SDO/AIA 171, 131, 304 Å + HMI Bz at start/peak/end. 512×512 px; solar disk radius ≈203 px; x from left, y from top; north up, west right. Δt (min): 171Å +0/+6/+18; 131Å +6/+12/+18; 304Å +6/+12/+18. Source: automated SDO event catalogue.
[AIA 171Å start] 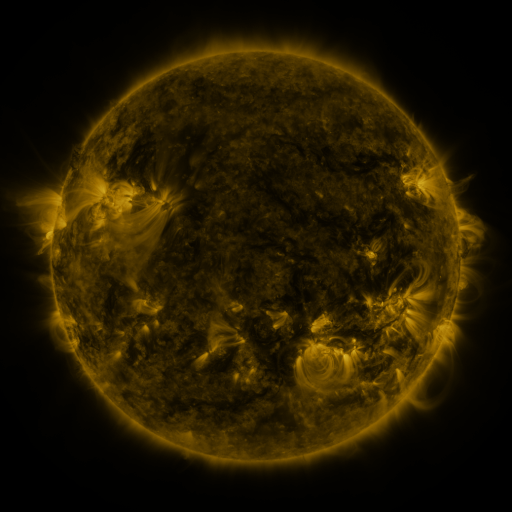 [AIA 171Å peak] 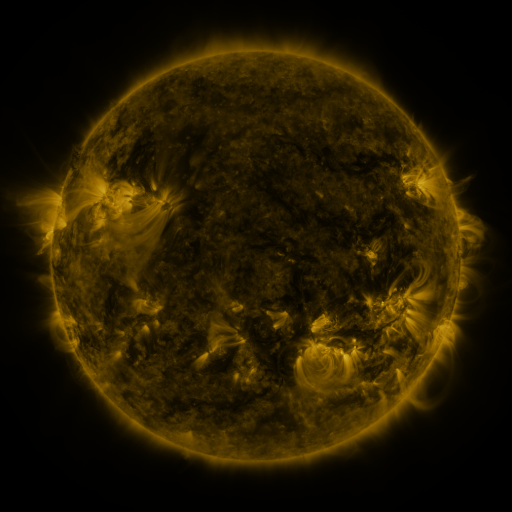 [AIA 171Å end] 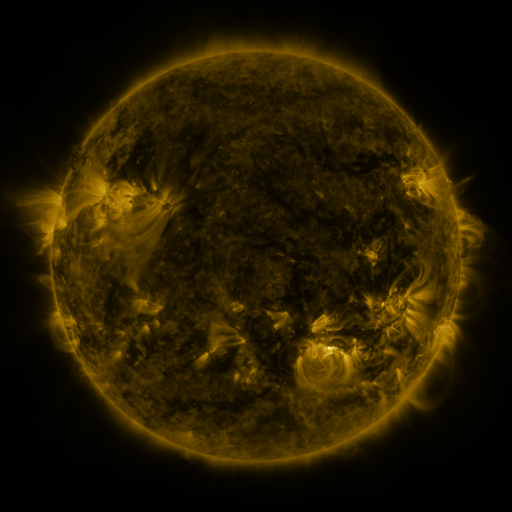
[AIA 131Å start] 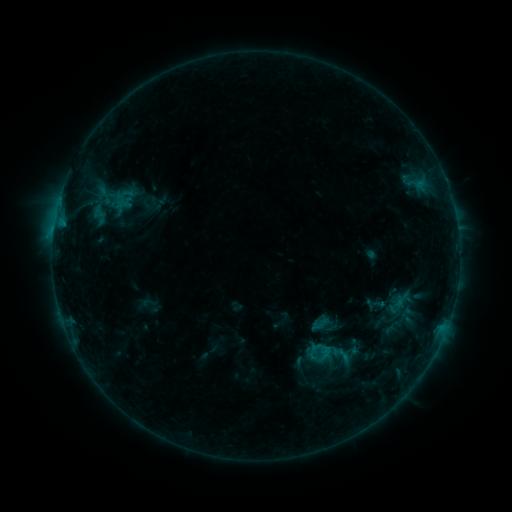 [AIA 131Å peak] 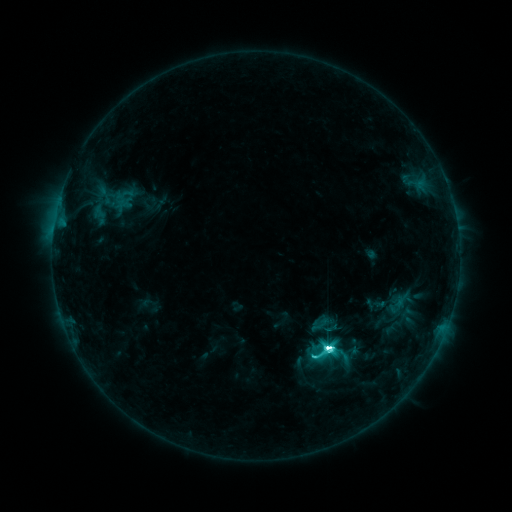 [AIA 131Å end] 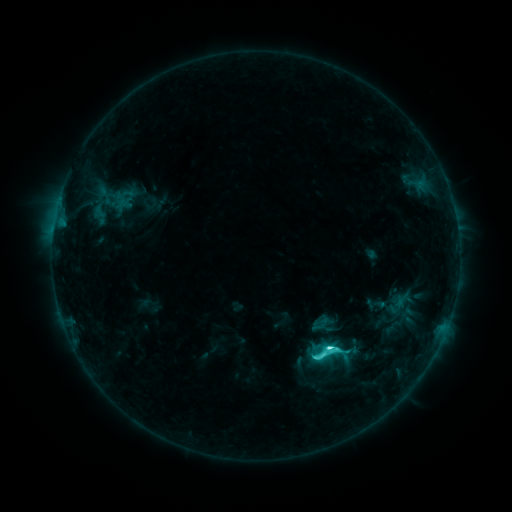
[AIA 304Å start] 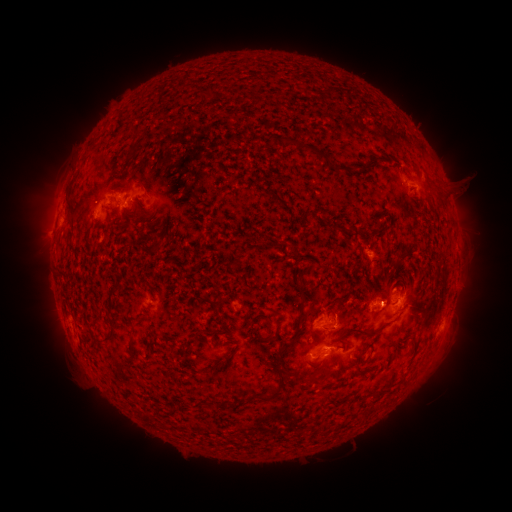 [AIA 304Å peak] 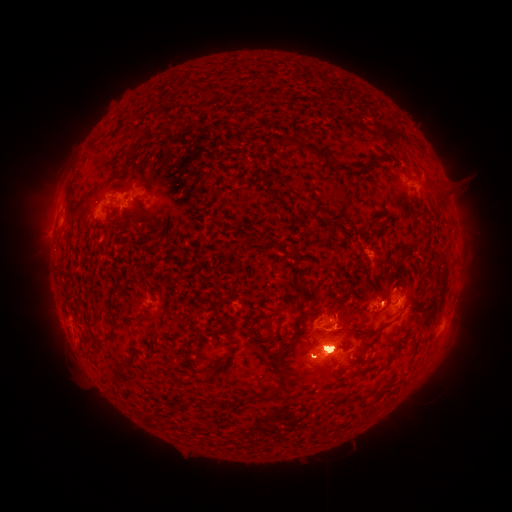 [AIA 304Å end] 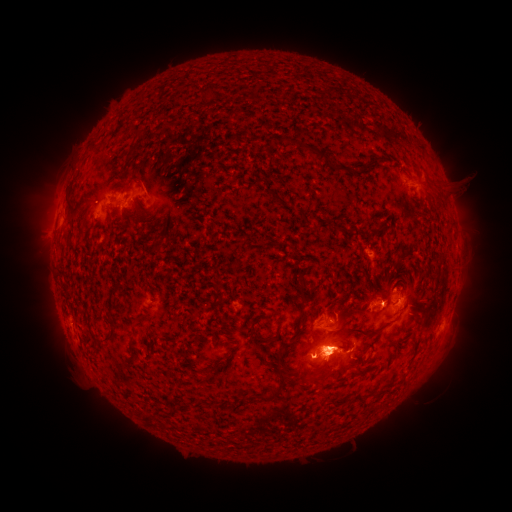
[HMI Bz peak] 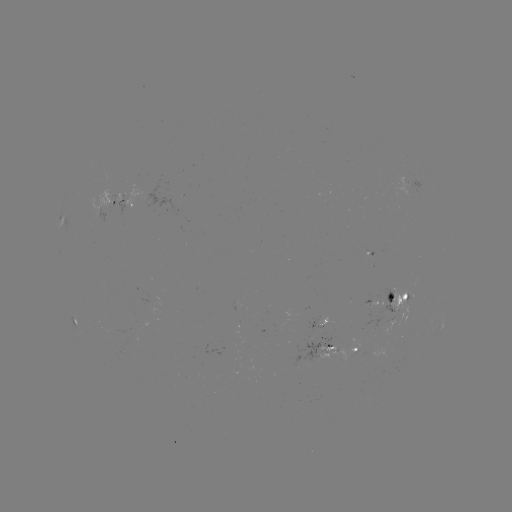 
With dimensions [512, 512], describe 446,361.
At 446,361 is eruption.